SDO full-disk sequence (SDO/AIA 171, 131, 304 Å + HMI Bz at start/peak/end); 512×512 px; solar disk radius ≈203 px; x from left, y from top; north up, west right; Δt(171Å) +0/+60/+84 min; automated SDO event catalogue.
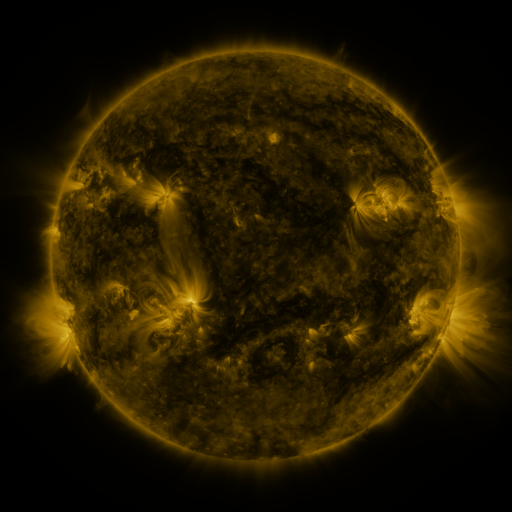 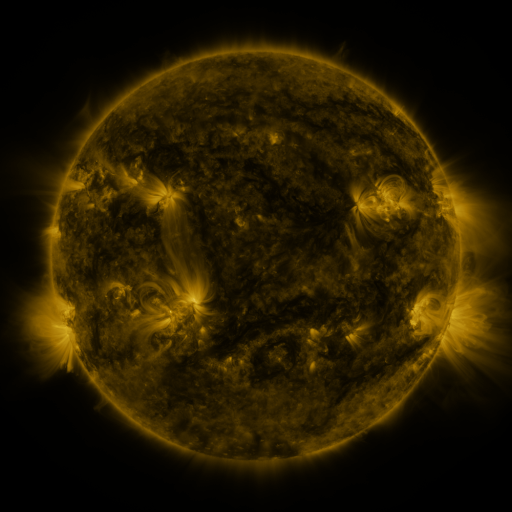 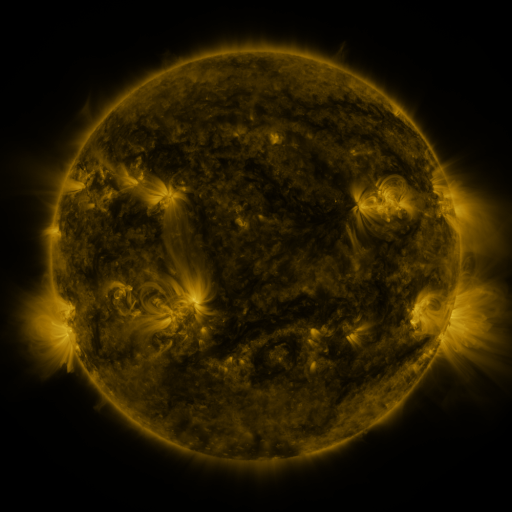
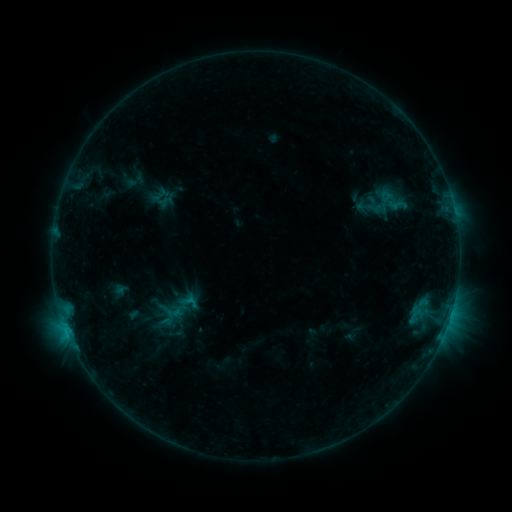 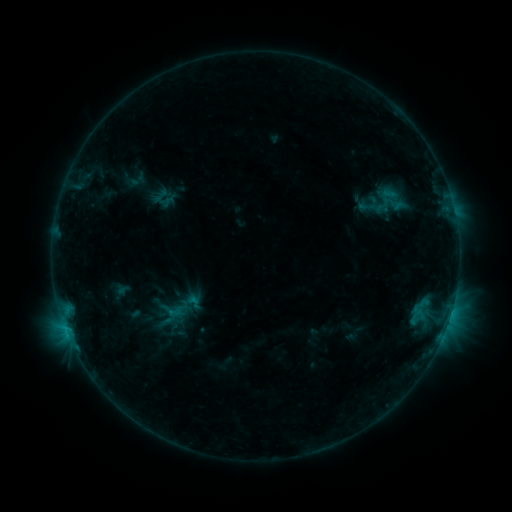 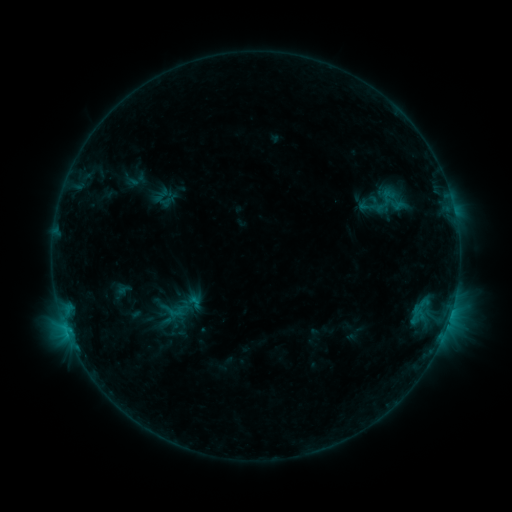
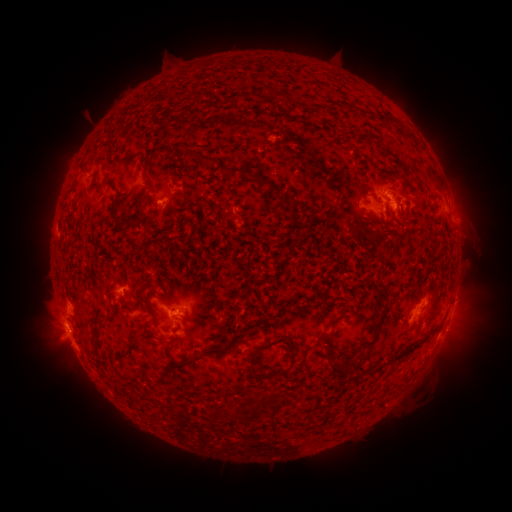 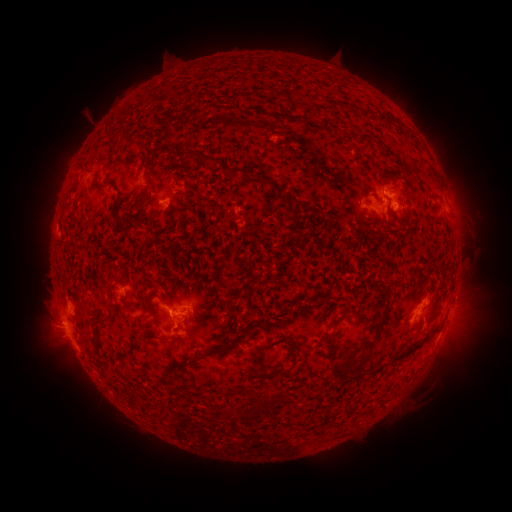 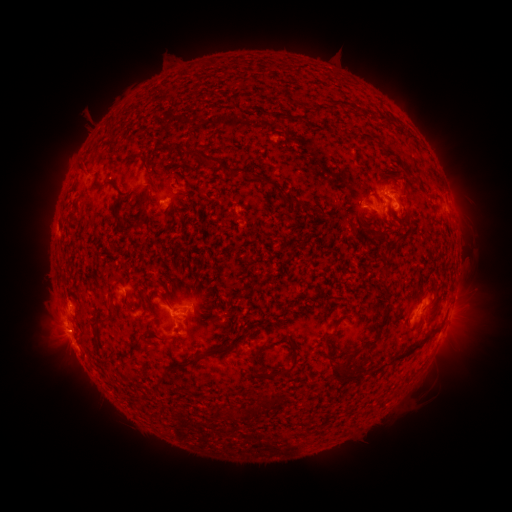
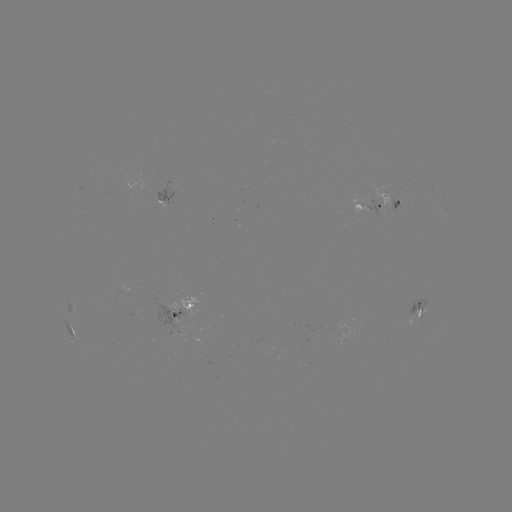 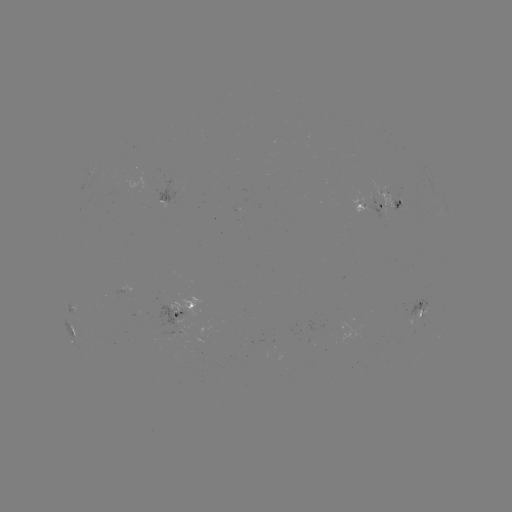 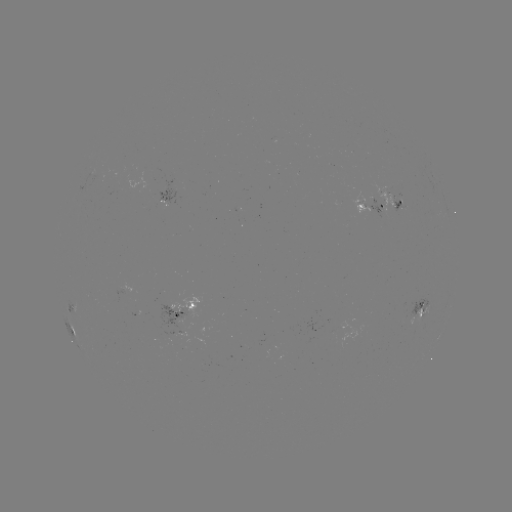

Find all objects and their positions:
emerging-flux region: (399, 202)
